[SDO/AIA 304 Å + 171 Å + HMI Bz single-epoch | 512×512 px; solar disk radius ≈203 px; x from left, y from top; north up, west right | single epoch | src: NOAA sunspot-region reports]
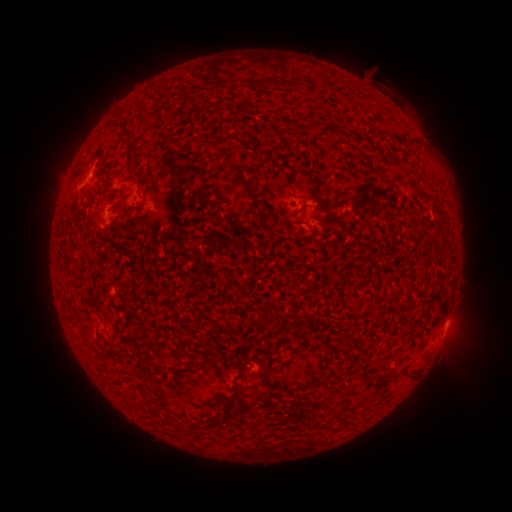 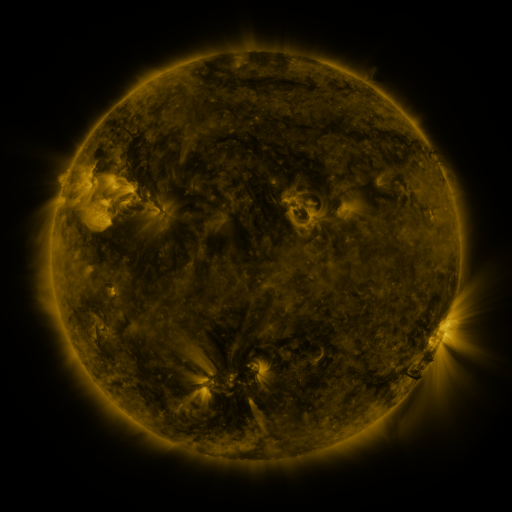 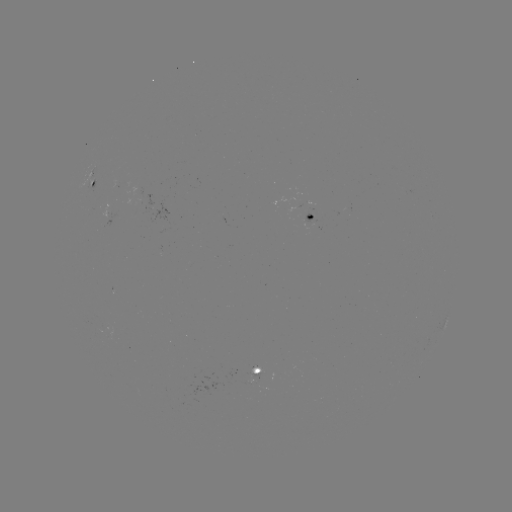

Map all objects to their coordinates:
spotted active region: (94, 182)
spotted active region: (313, 217)
spotted active region: (111, 219)
spotted active region: (446, 327)
spotted active region: (259, 377)
